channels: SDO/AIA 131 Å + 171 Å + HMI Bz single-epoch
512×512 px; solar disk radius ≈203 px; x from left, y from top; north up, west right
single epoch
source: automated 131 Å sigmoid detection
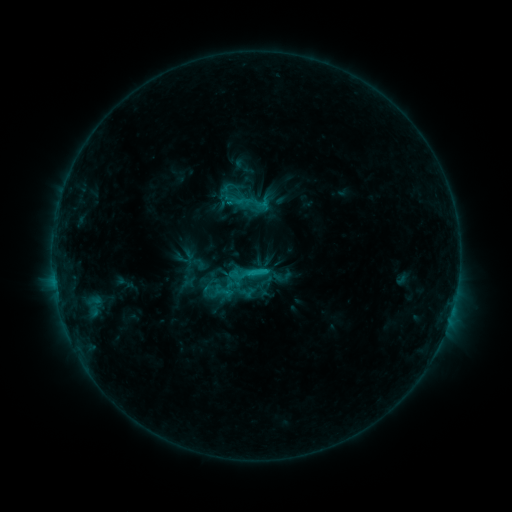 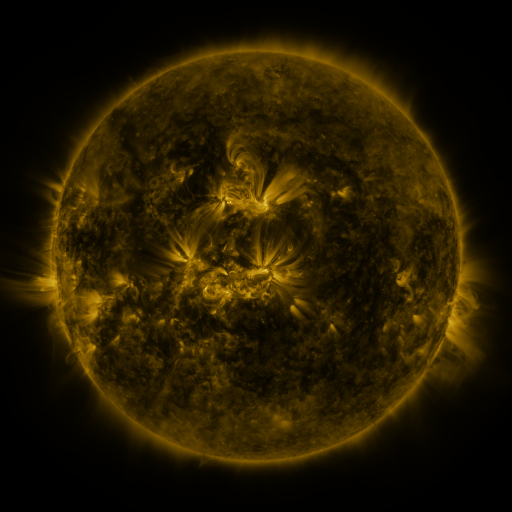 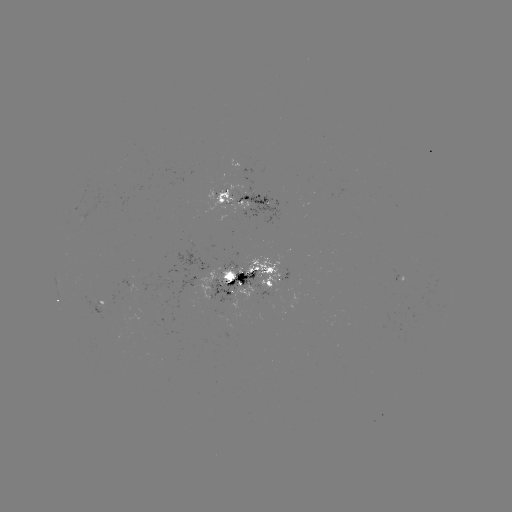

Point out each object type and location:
sigmoid: <bbox>231, 190, 254, 212</bbox>
sigmoid: <bbox>246, 261, 267, 282</bbox>
